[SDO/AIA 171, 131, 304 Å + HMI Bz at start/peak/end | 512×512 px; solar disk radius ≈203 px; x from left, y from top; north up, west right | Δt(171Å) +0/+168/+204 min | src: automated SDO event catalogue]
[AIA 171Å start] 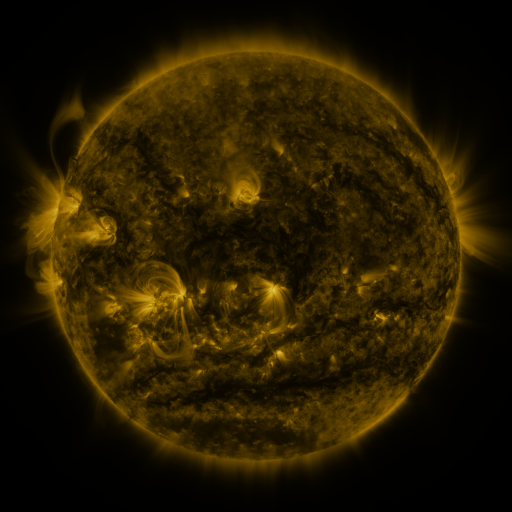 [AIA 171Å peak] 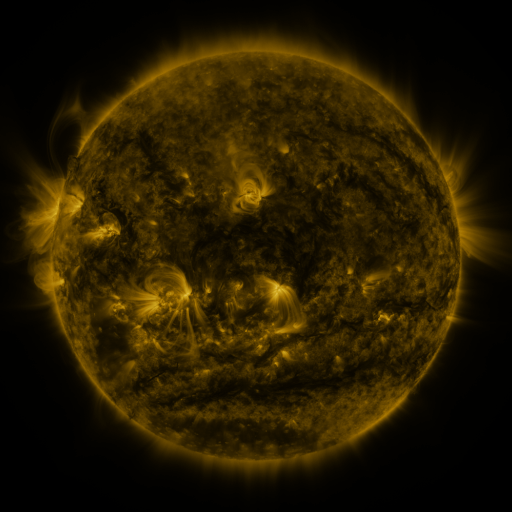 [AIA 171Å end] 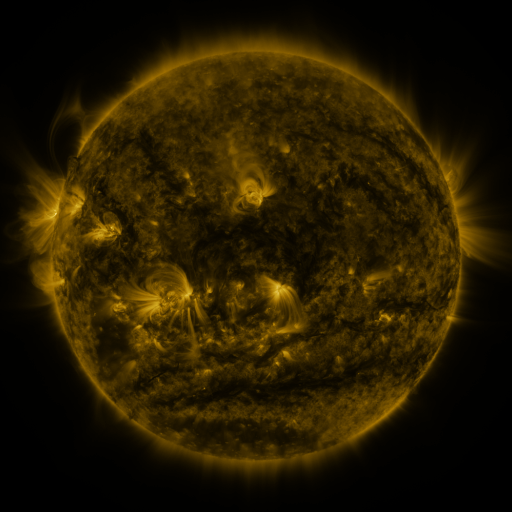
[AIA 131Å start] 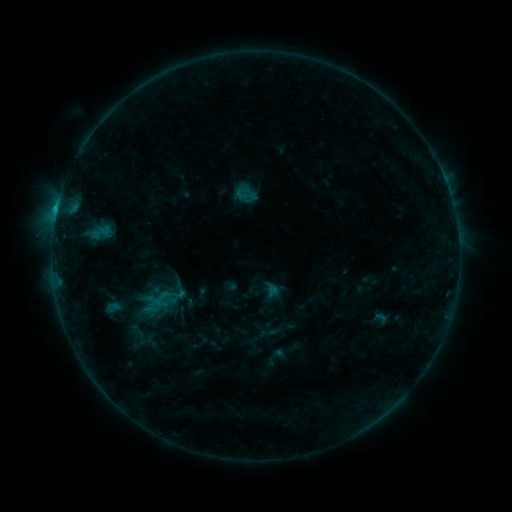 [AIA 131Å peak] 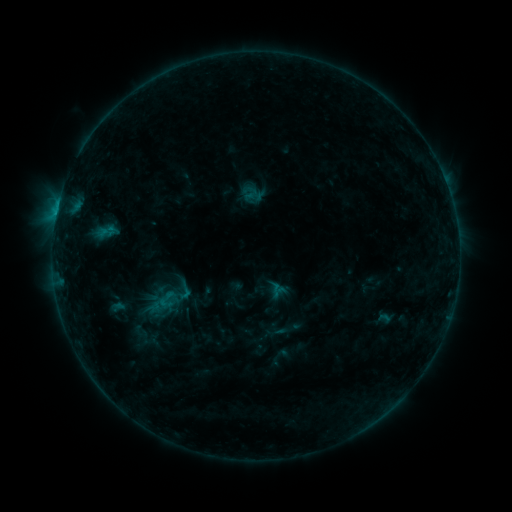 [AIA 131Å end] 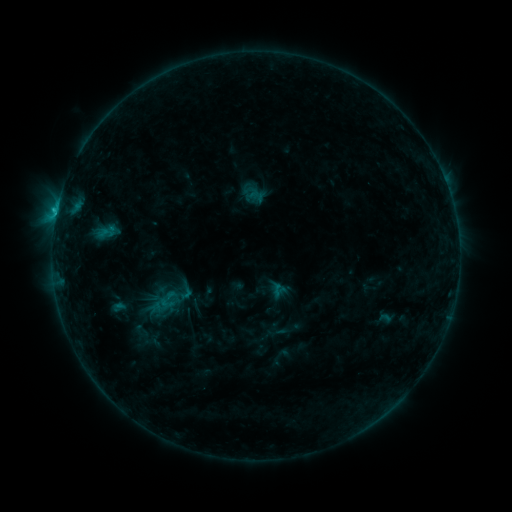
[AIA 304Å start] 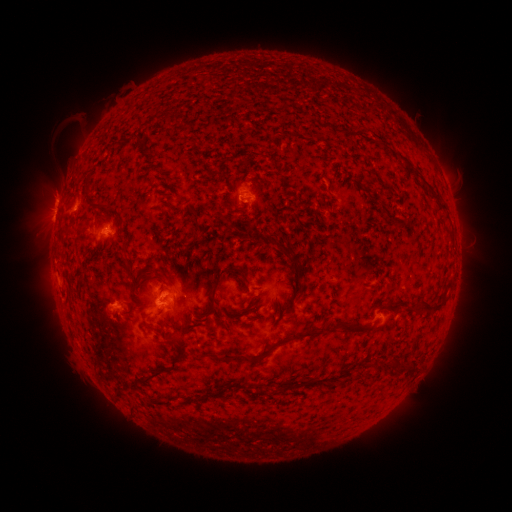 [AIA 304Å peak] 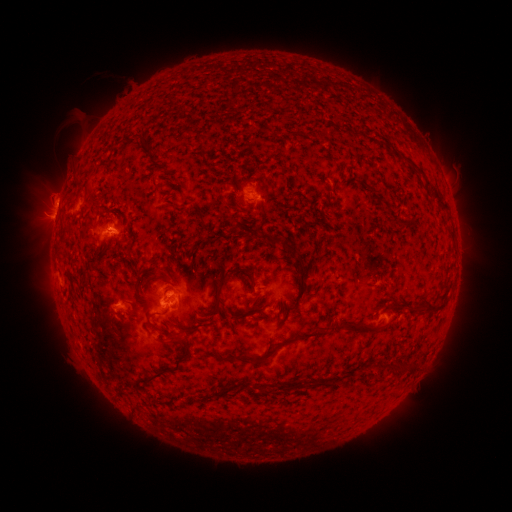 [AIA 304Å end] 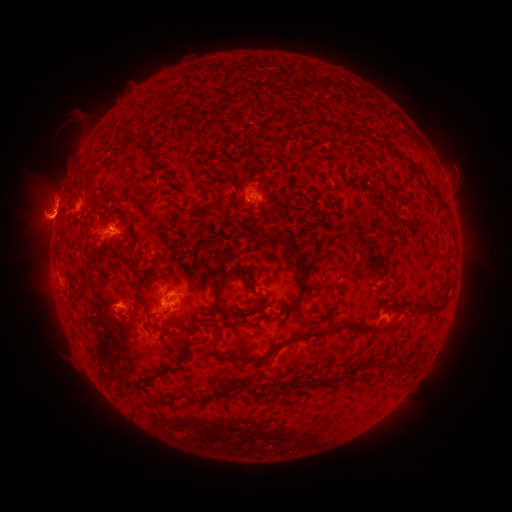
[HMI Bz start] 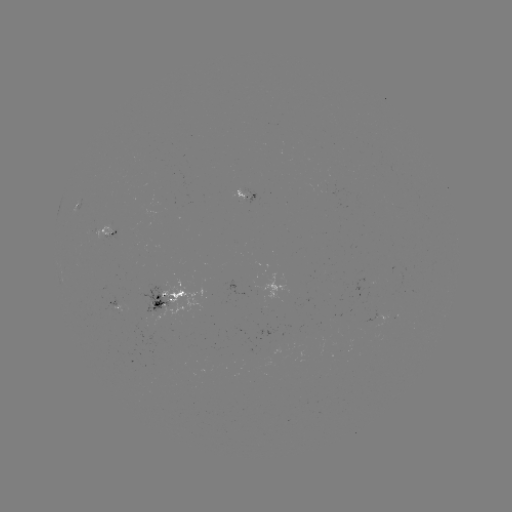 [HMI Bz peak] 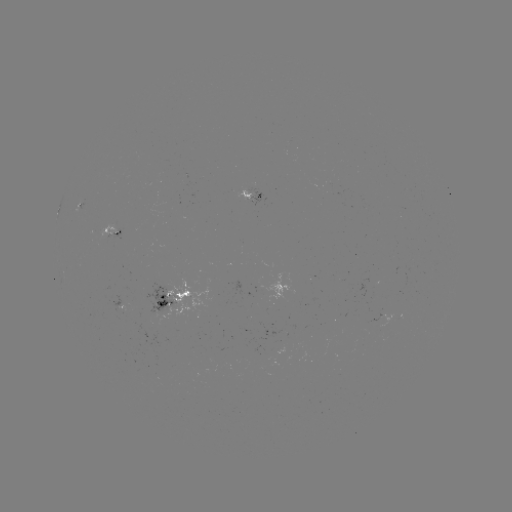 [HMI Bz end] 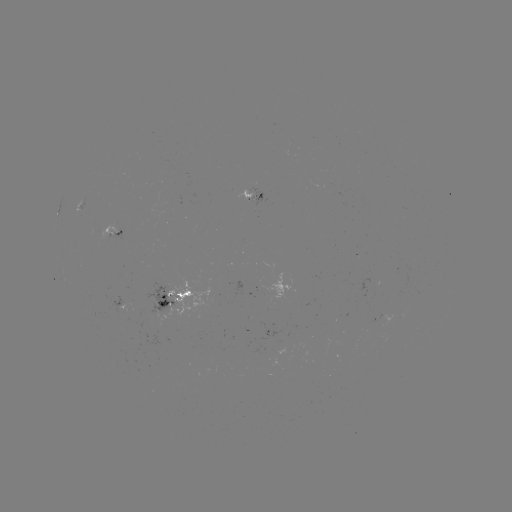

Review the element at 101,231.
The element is emerging-flux region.